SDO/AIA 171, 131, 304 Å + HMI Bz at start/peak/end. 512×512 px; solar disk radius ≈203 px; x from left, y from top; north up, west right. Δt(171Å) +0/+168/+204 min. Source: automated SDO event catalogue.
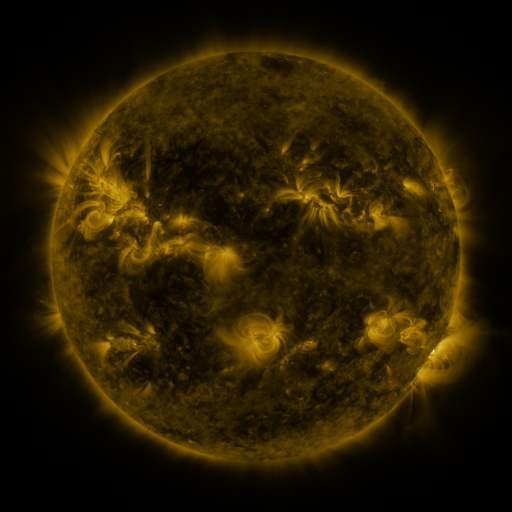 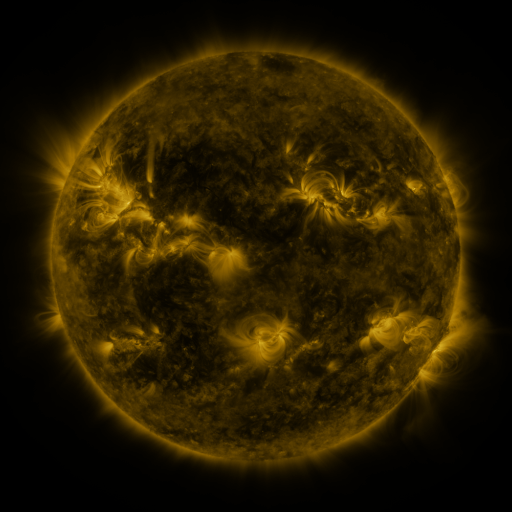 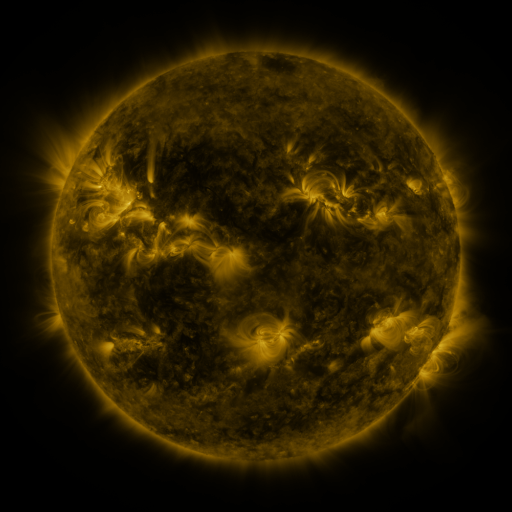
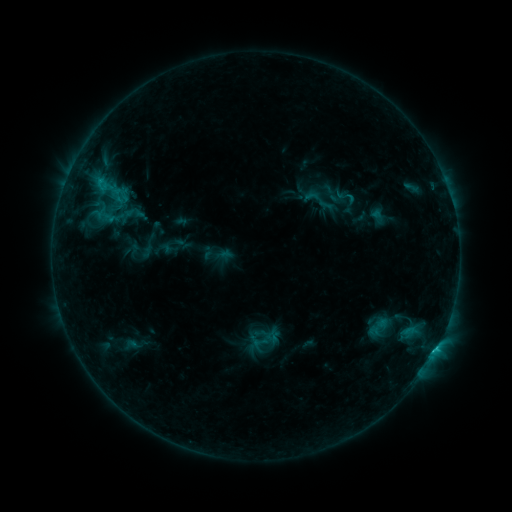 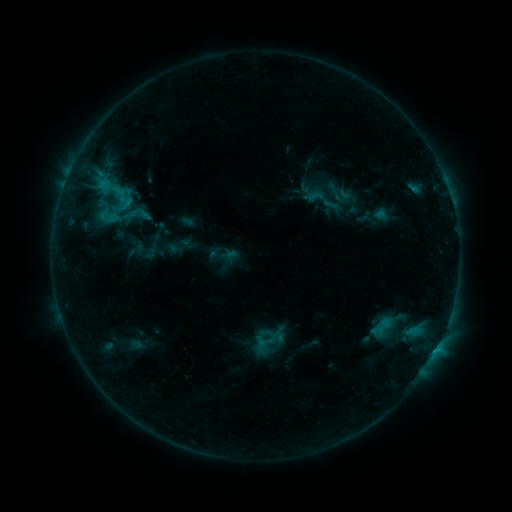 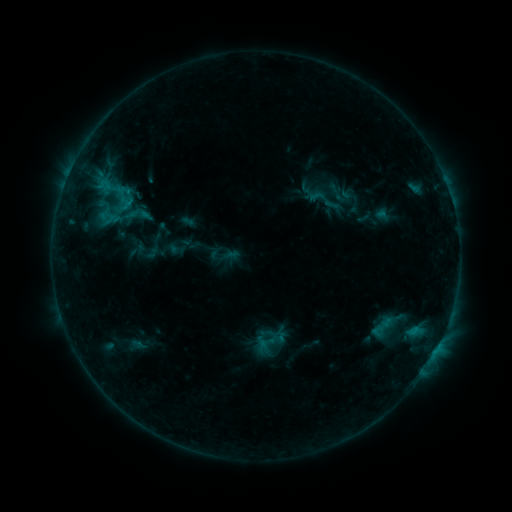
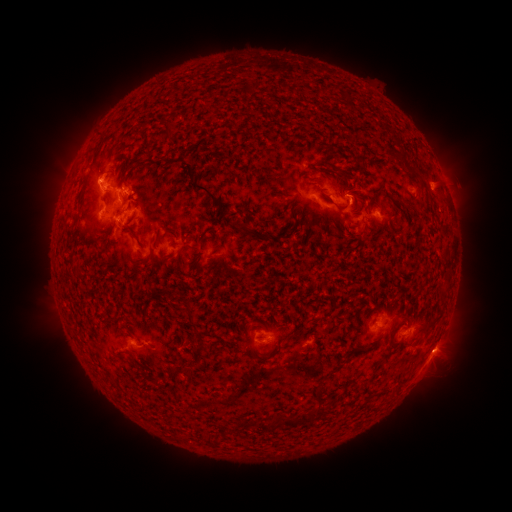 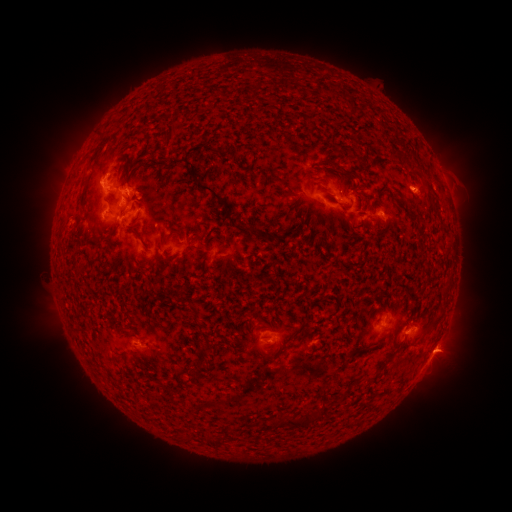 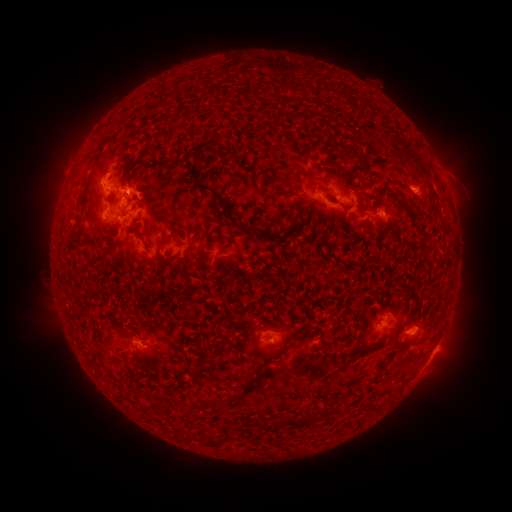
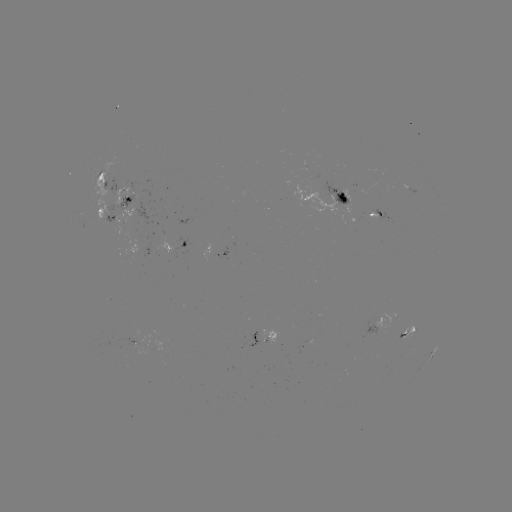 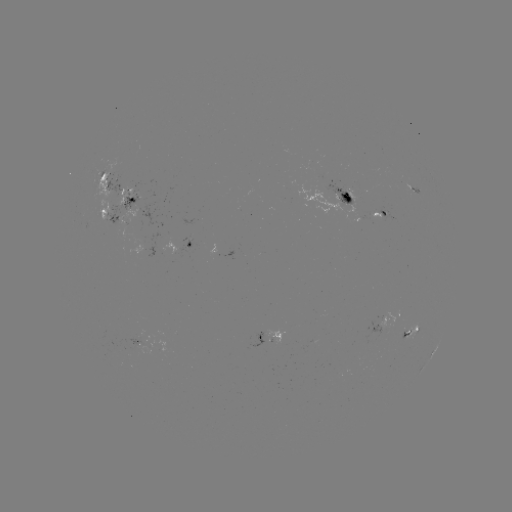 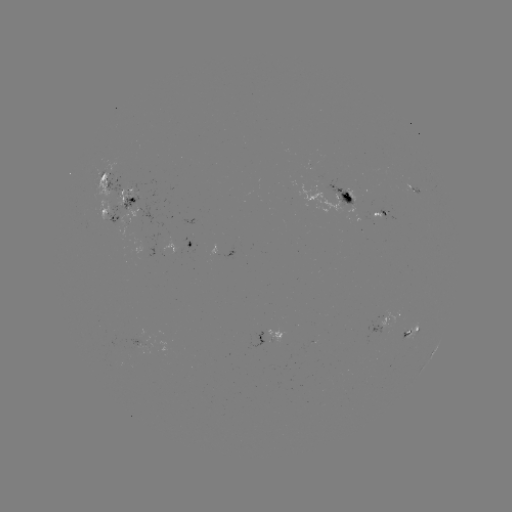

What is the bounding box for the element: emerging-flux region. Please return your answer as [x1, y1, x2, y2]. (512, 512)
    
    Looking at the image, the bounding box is [320, 182, 366, 218].